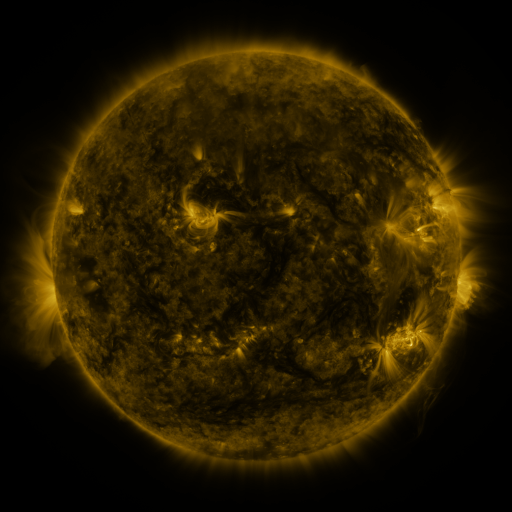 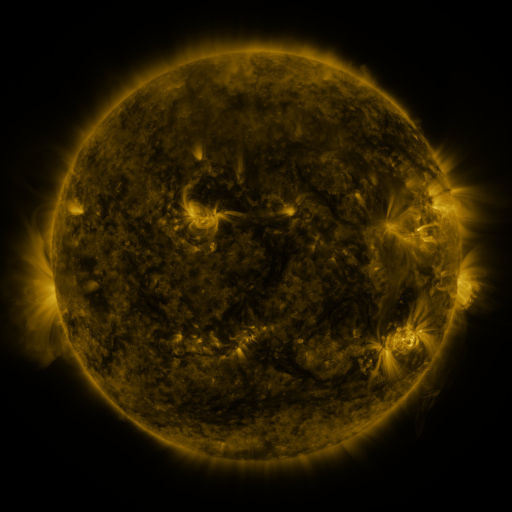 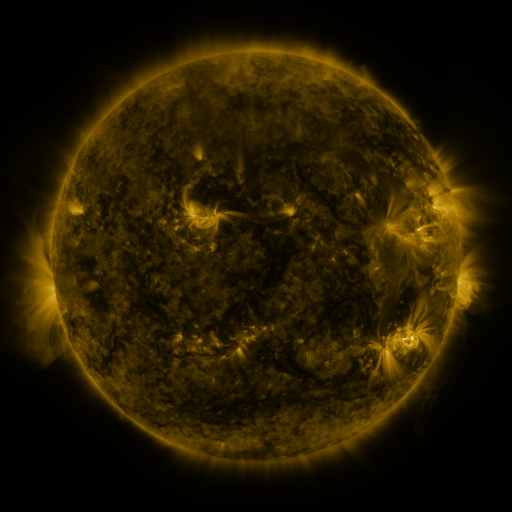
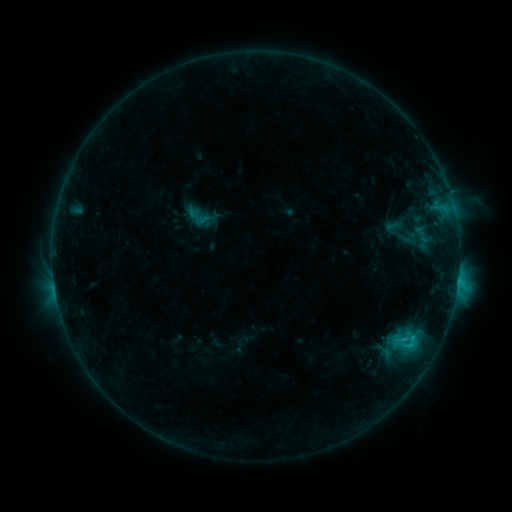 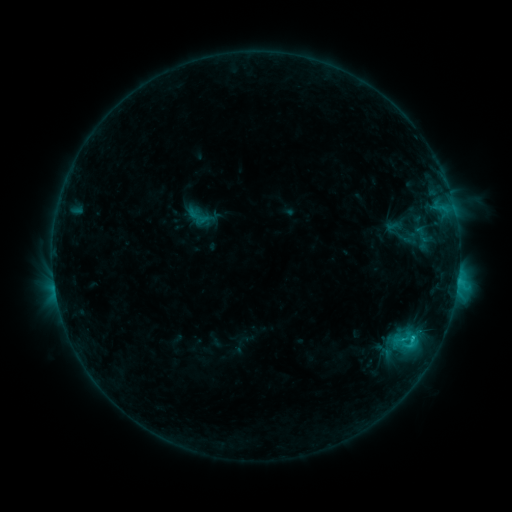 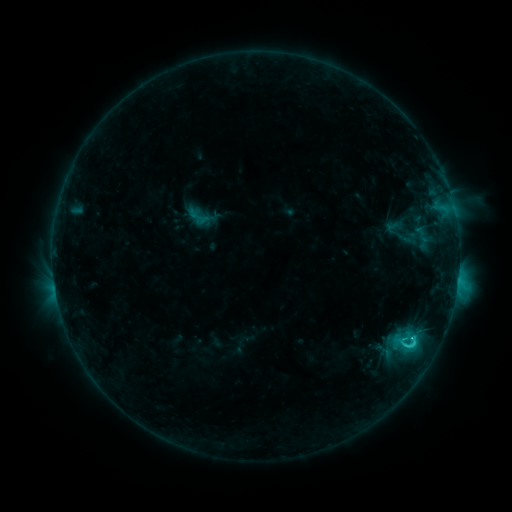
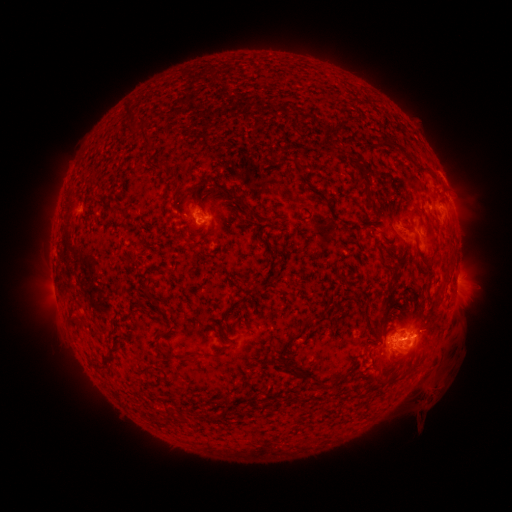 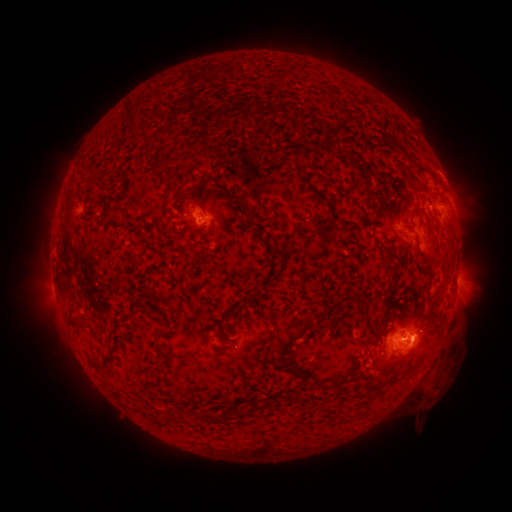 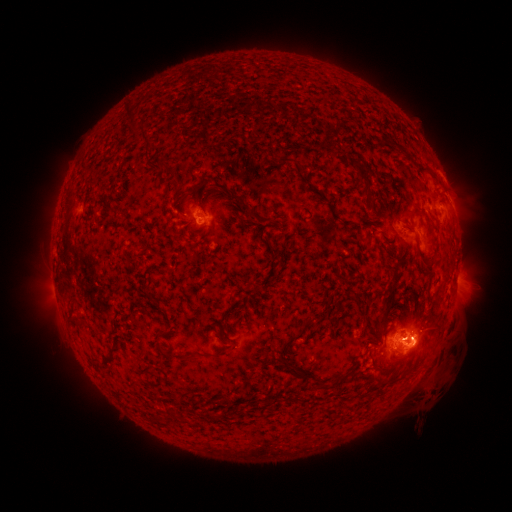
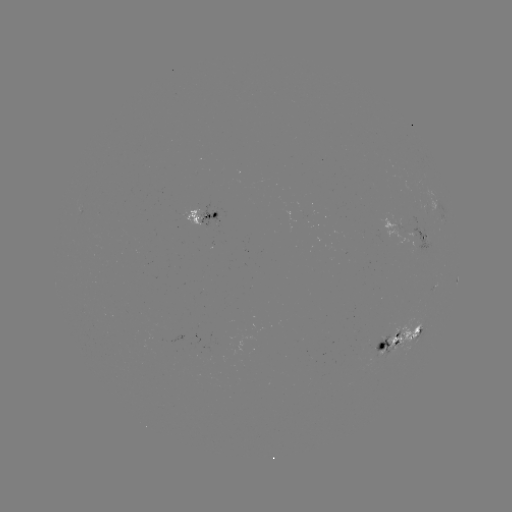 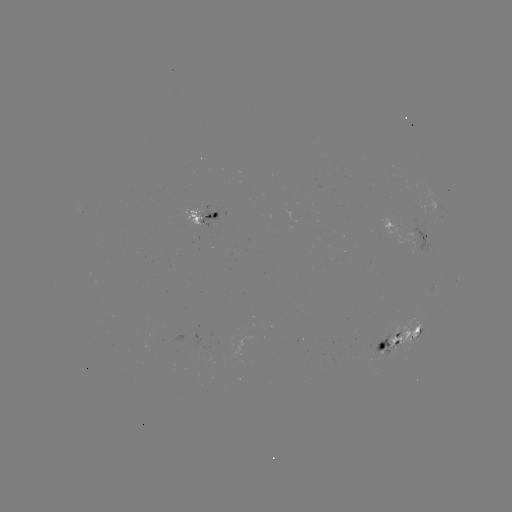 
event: eruption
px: (419, 341)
